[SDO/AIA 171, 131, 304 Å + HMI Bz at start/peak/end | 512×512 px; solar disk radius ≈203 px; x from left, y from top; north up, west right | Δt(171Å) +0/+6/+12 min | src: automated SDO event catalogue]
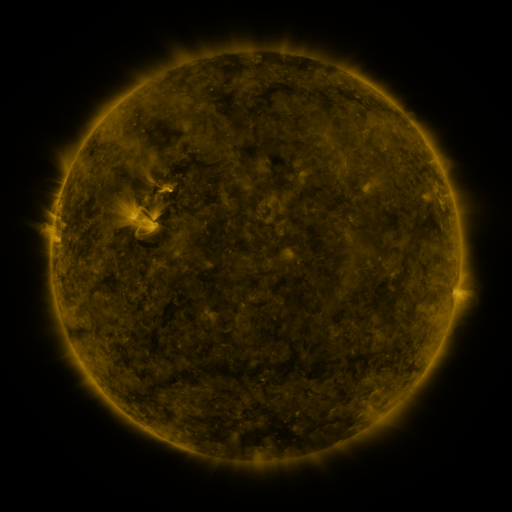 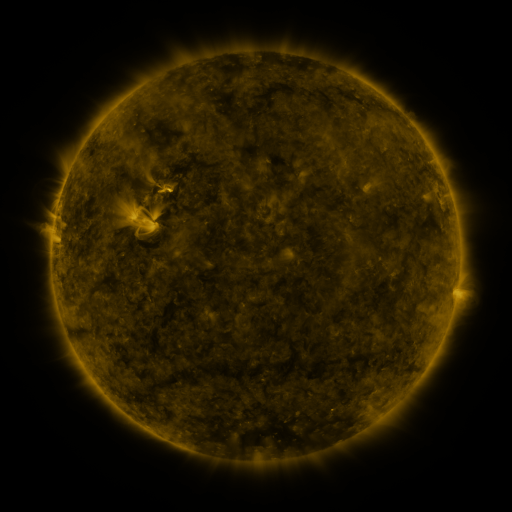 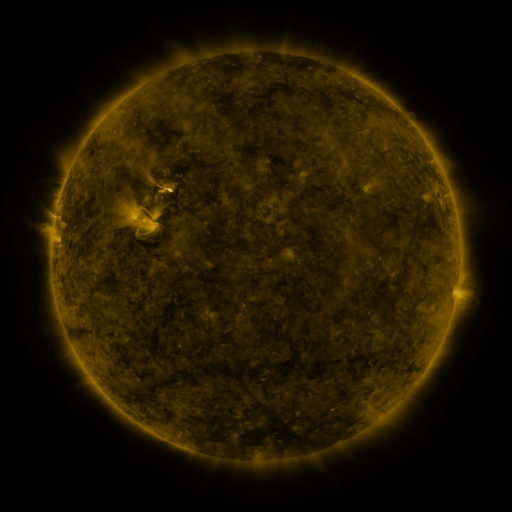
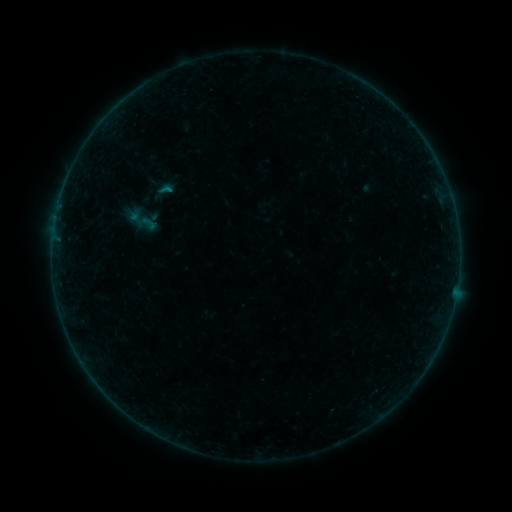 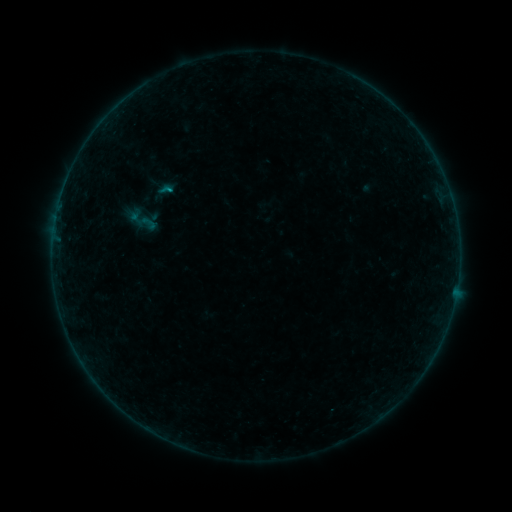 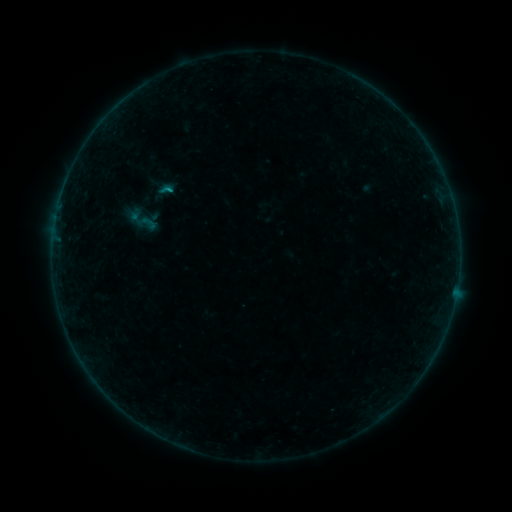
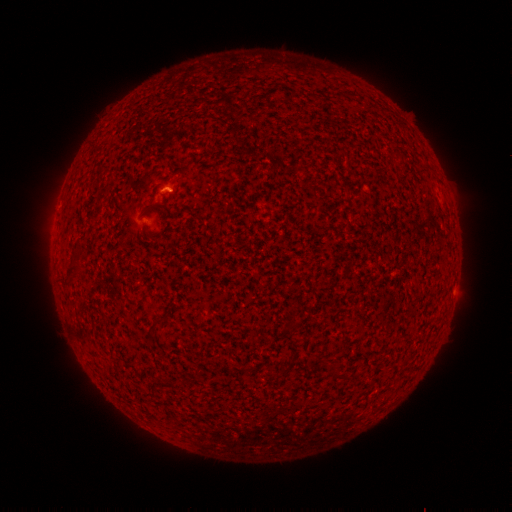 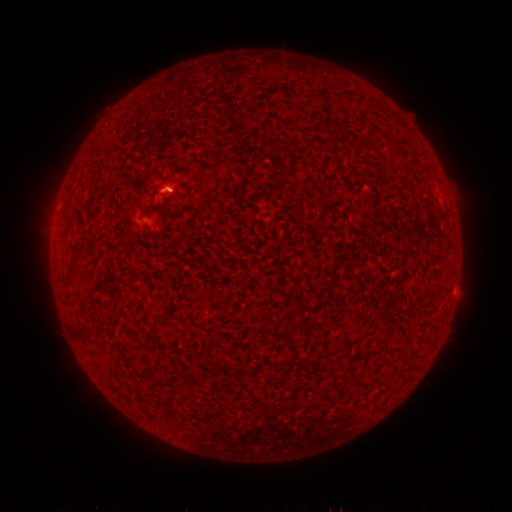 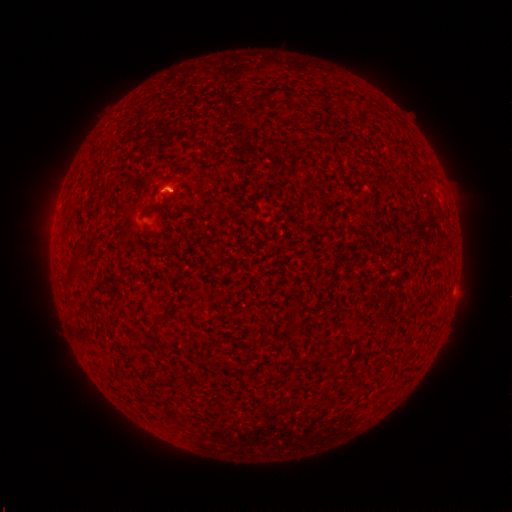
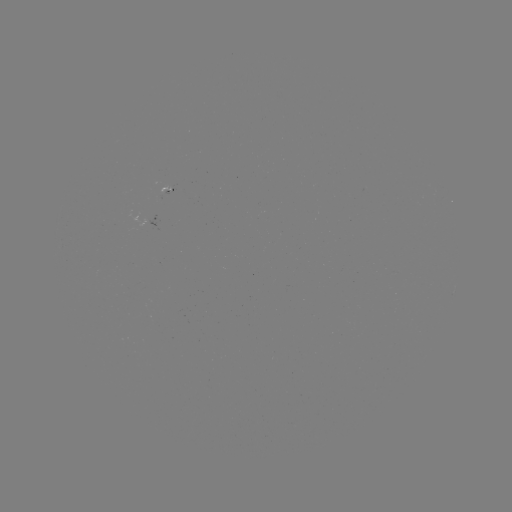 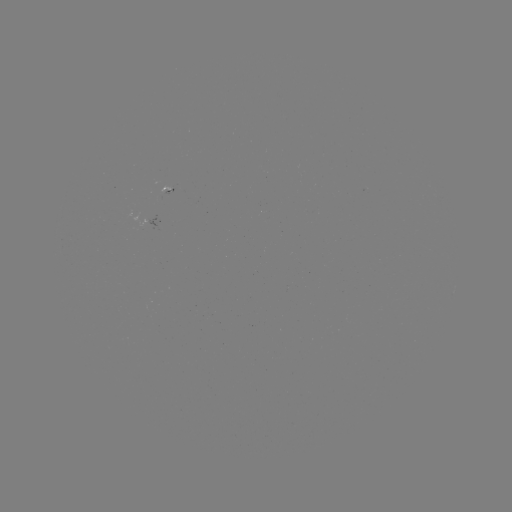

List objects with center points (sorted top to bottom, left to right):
B3.1 flare: (171, 193)
